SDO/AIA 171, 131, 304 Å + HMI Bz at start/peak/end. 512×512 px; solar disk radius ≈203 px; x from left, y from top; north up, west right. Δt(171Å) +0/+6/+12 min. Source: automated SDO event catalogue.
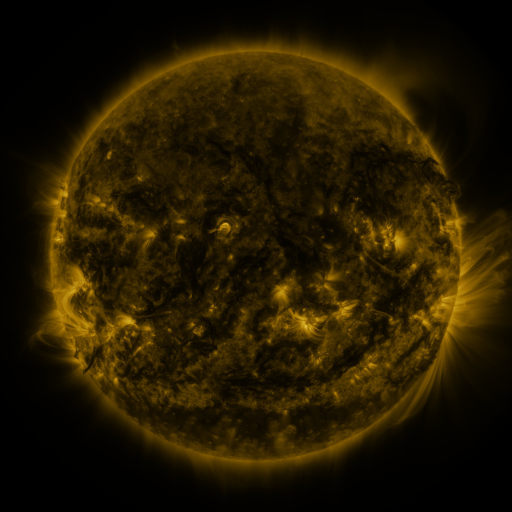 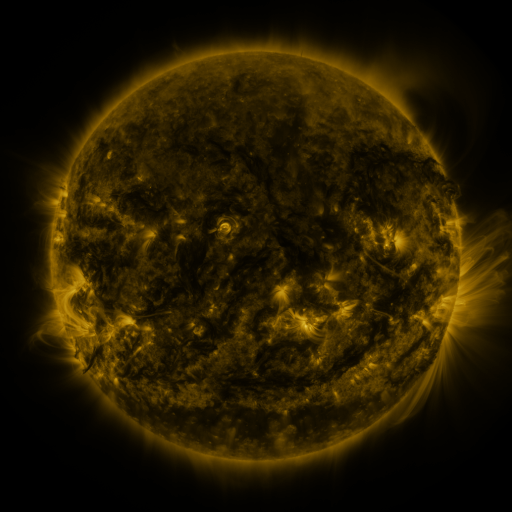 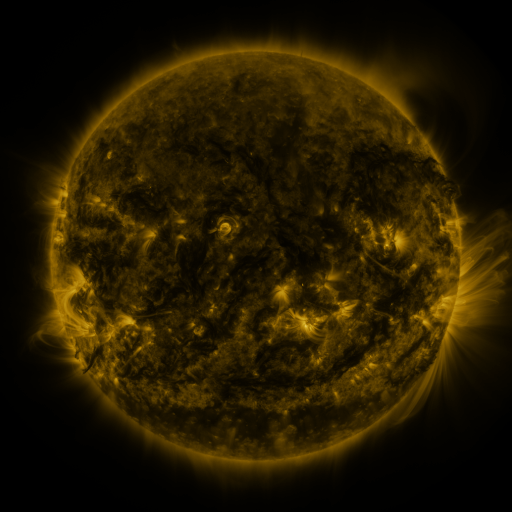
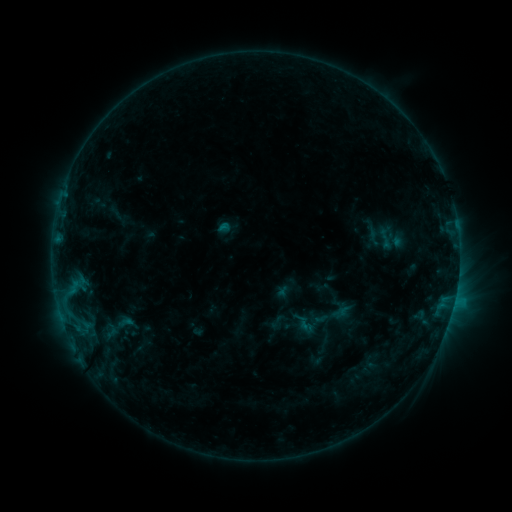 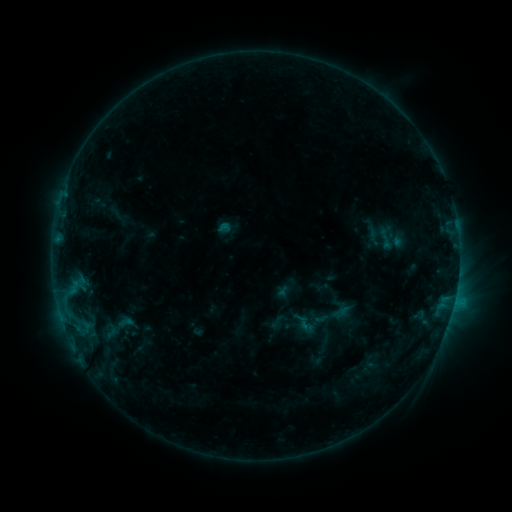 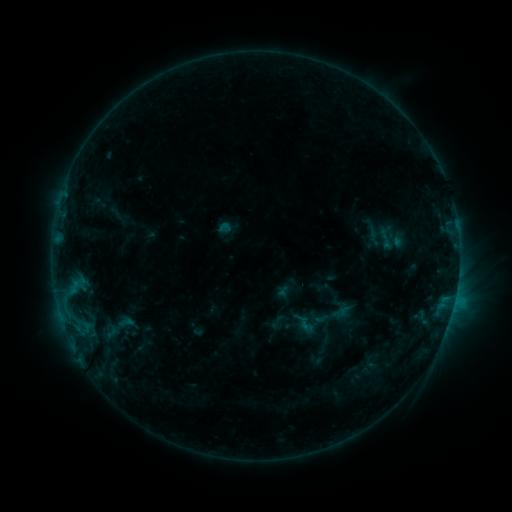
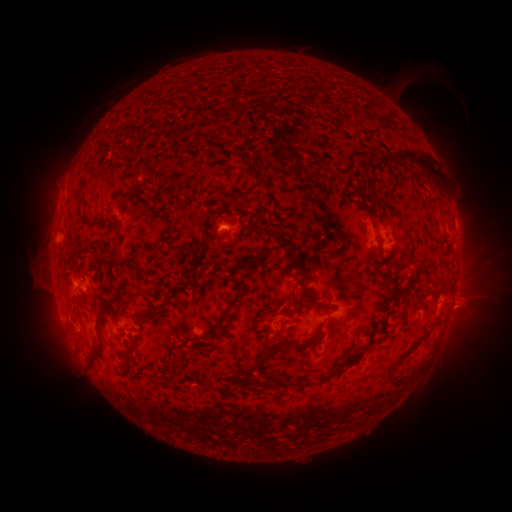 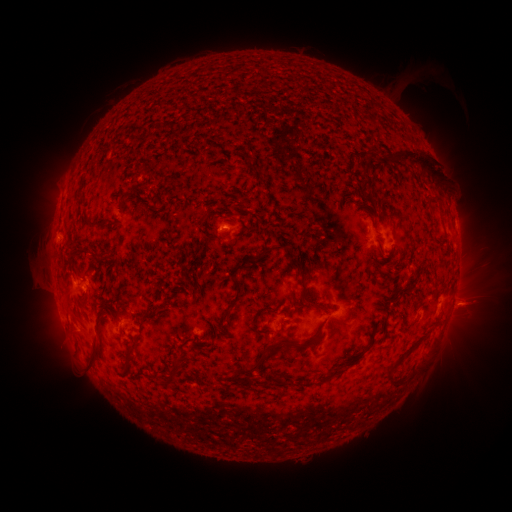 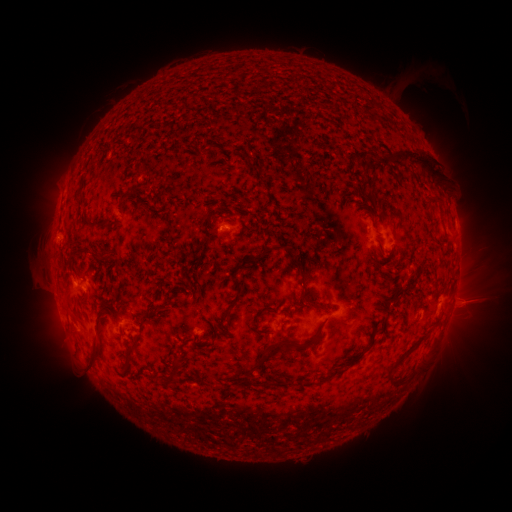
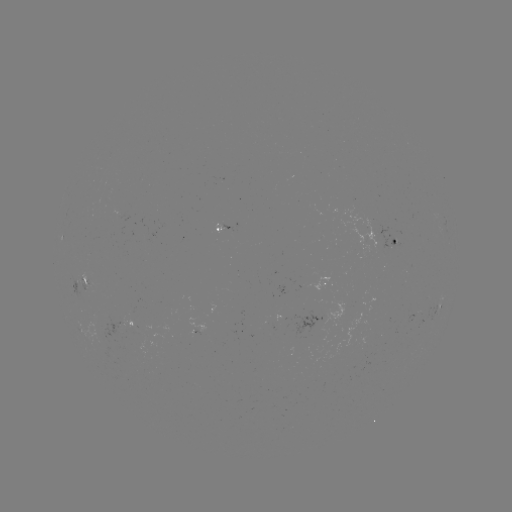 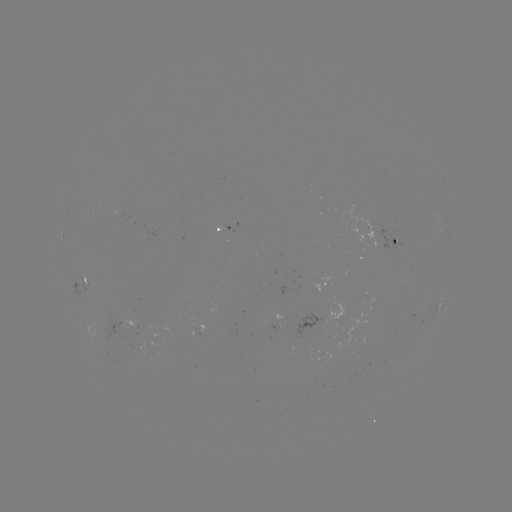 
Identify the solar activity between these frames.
eruption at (465, 306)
